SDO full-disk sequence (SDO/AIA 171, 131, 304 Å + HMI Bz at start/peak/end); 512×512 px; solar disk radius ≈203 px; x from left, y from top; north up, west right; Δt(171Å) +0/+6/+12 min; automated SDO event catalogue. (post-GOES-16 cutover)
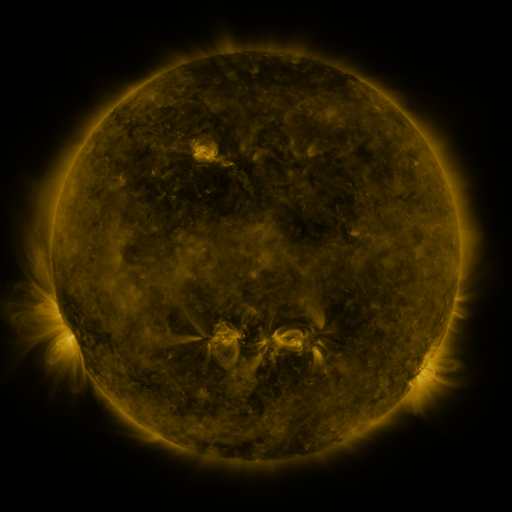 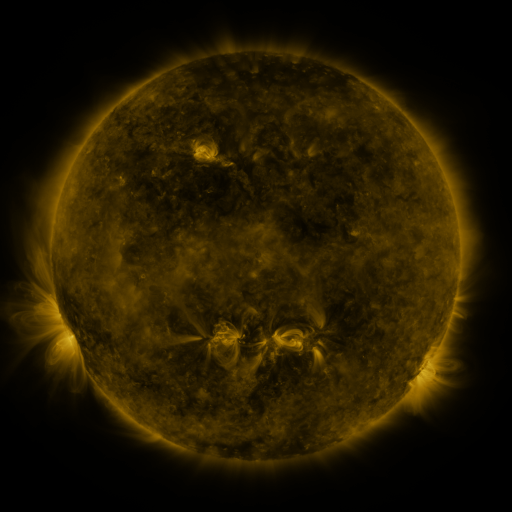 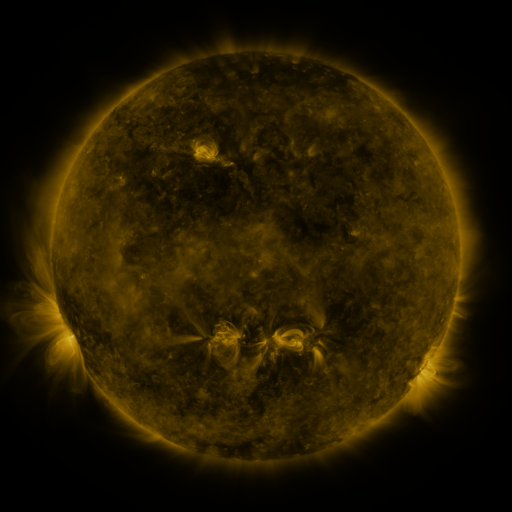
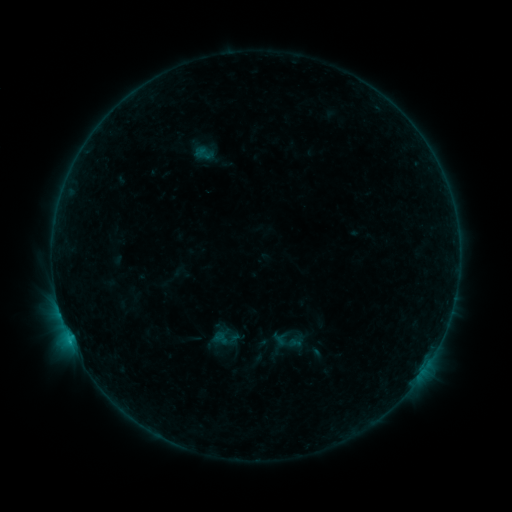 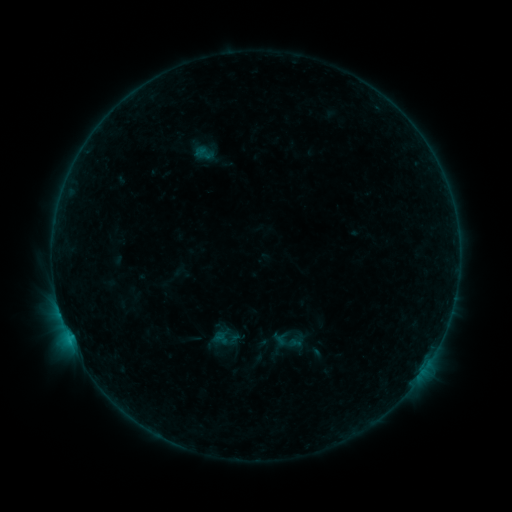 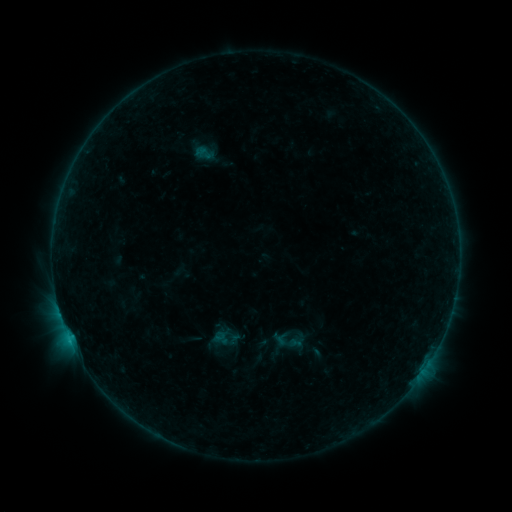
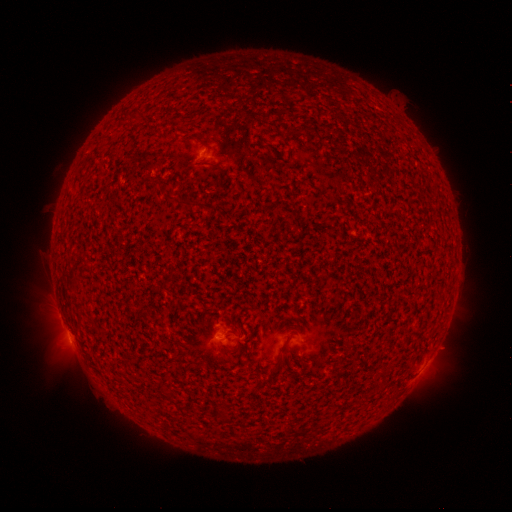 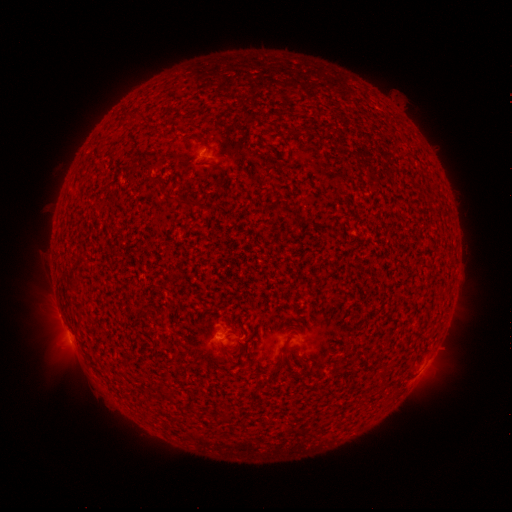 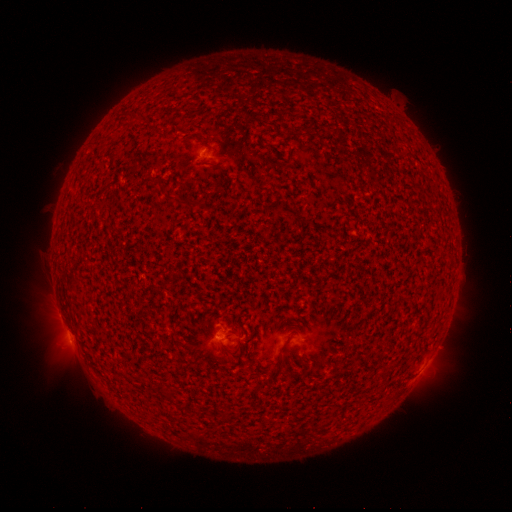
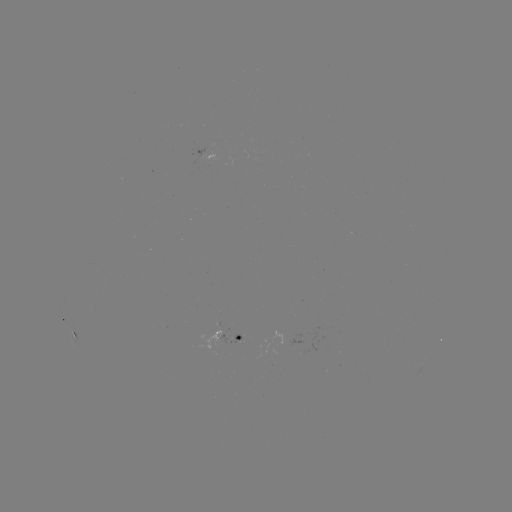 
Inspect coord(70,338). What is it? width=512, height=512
B4.7 flare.